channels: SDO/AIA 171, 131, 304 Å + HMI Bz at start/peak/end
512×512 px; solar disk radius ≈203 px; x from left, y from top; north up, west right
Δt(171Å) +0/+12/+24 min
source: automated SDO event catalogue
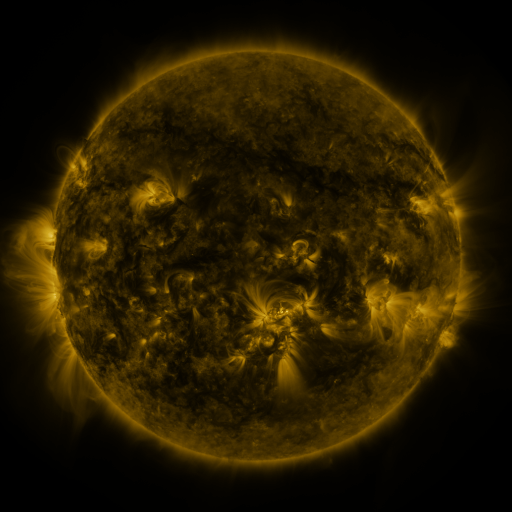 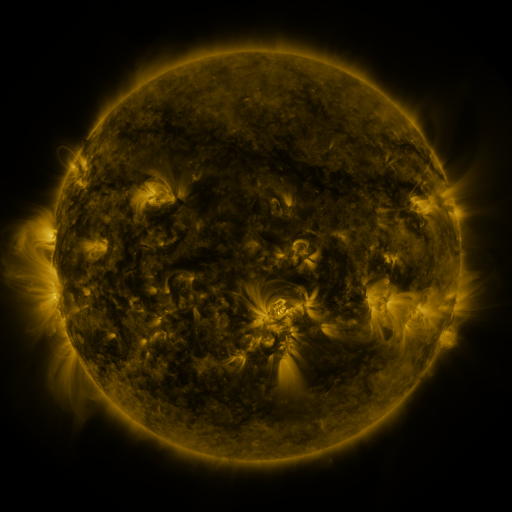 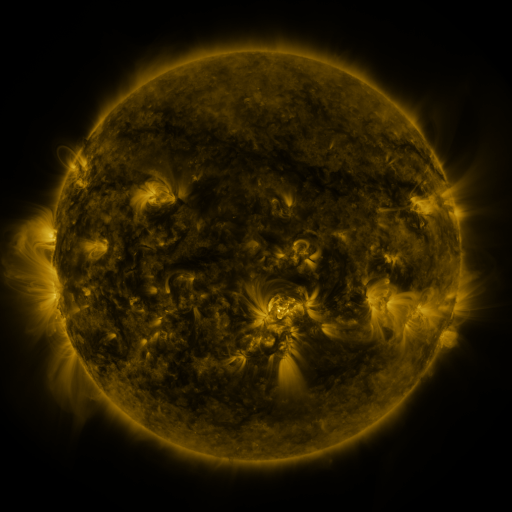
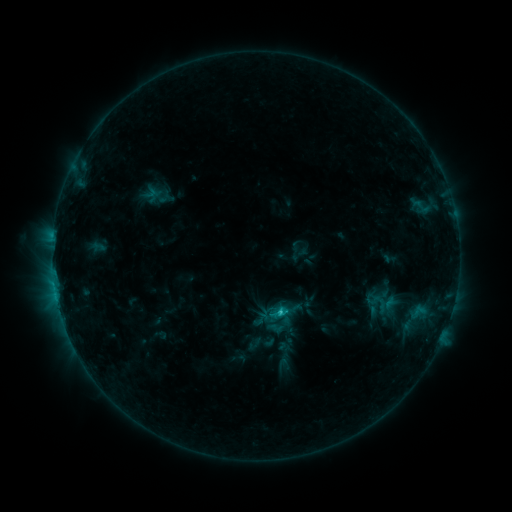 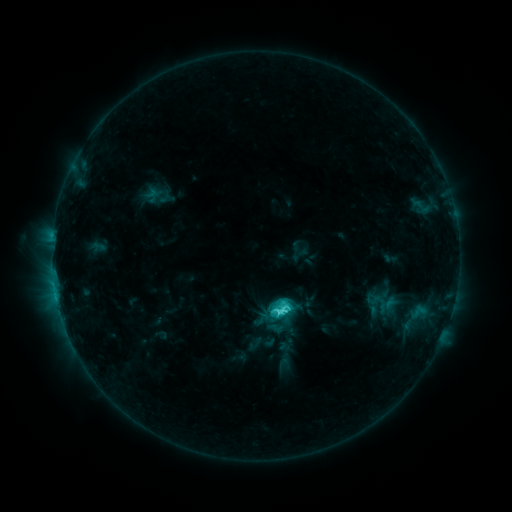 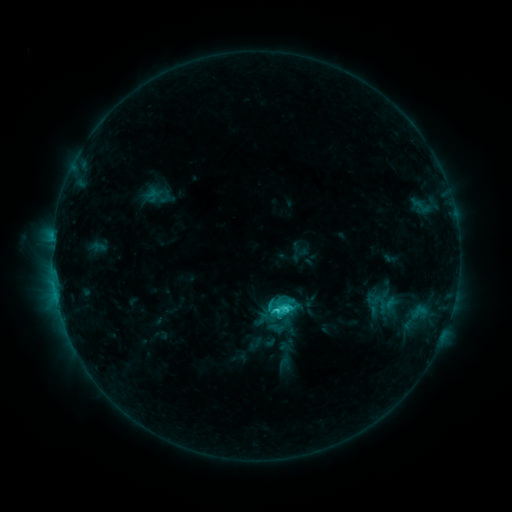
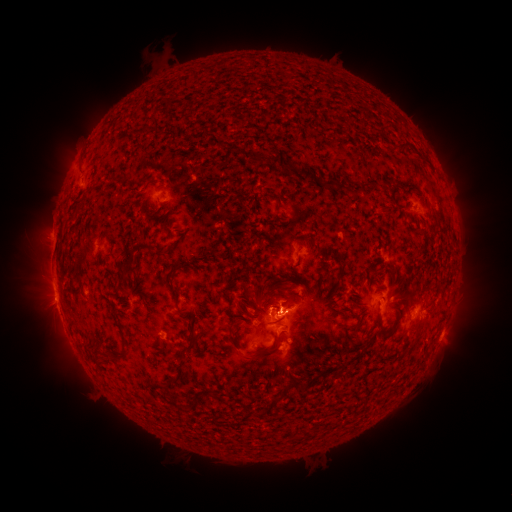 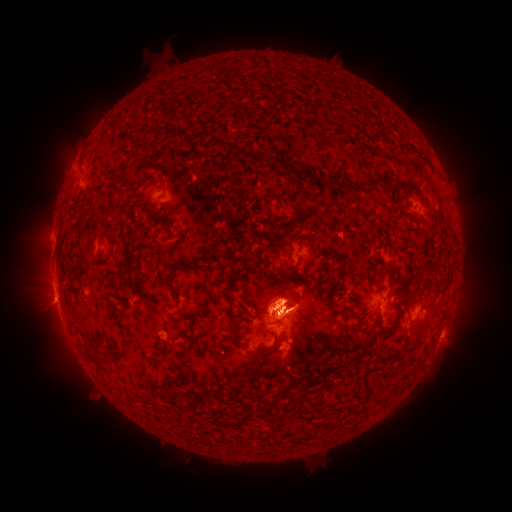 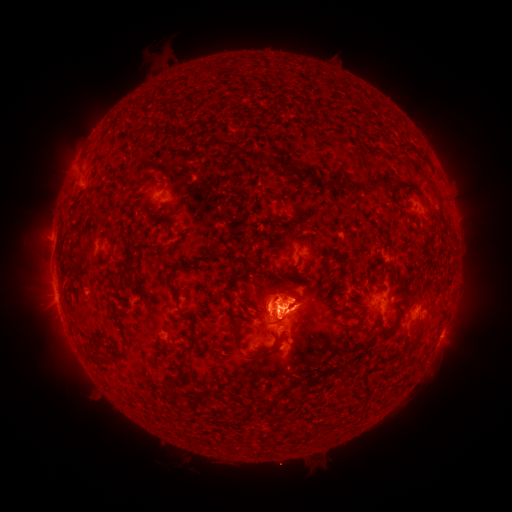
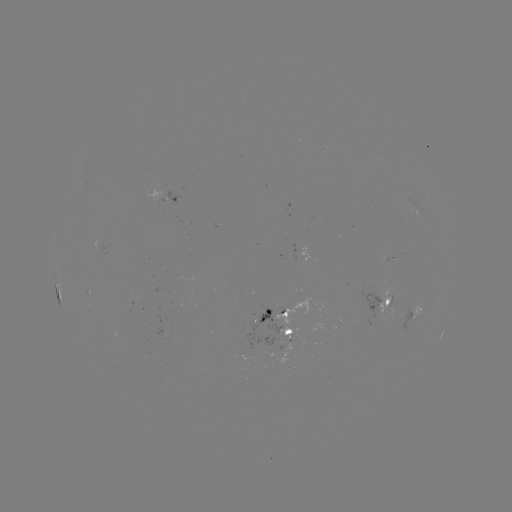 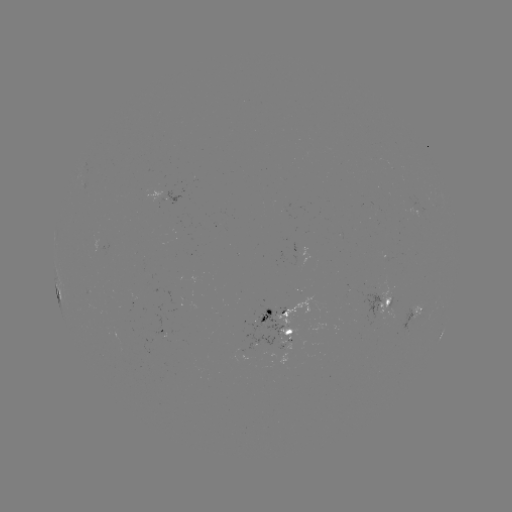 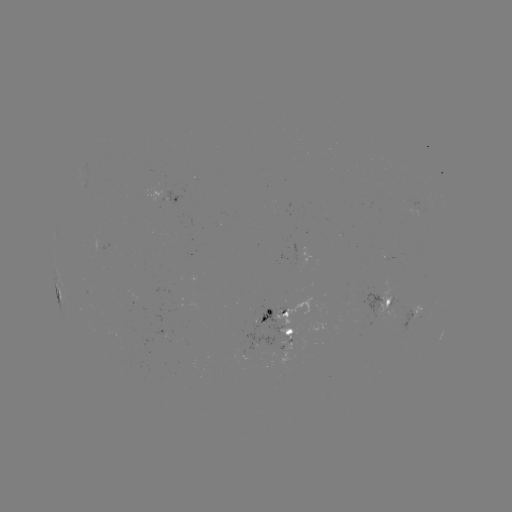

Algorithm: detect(C4.3 flare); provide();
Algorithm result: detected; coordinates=[280, 309]